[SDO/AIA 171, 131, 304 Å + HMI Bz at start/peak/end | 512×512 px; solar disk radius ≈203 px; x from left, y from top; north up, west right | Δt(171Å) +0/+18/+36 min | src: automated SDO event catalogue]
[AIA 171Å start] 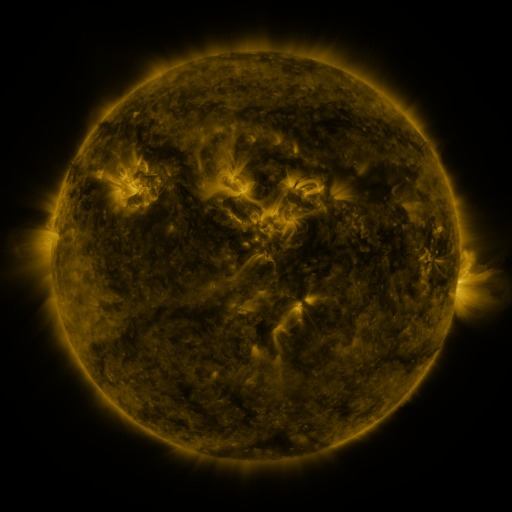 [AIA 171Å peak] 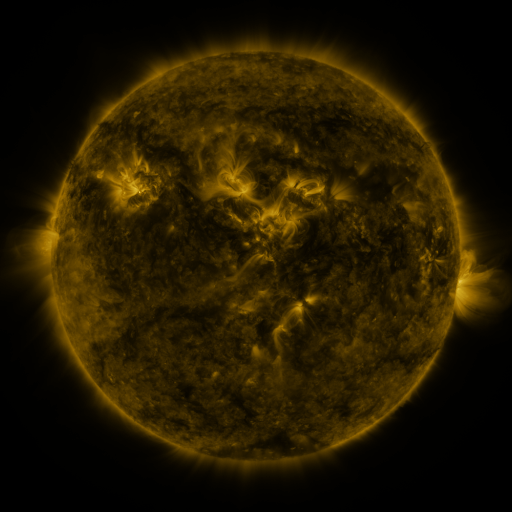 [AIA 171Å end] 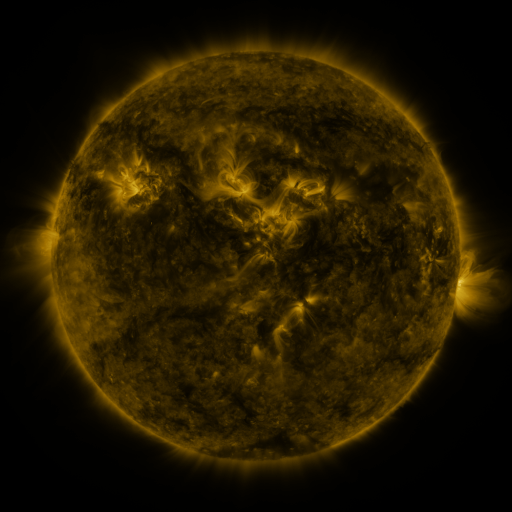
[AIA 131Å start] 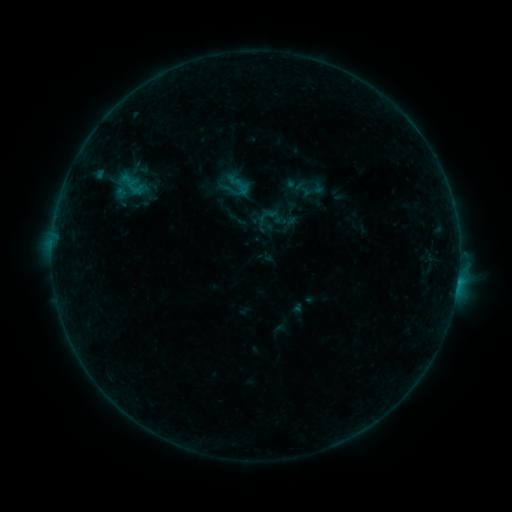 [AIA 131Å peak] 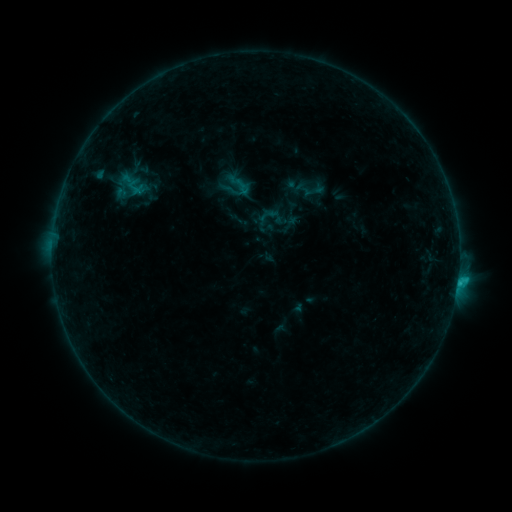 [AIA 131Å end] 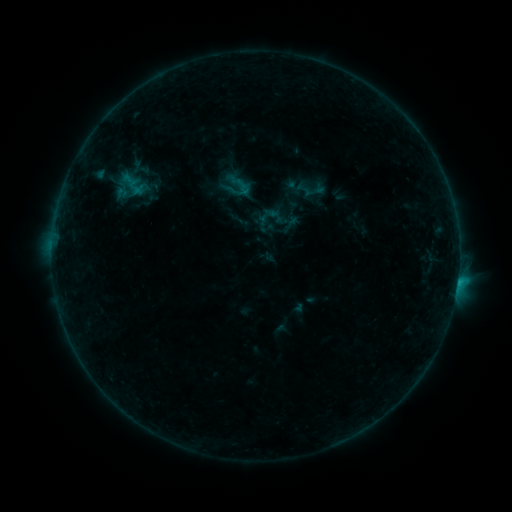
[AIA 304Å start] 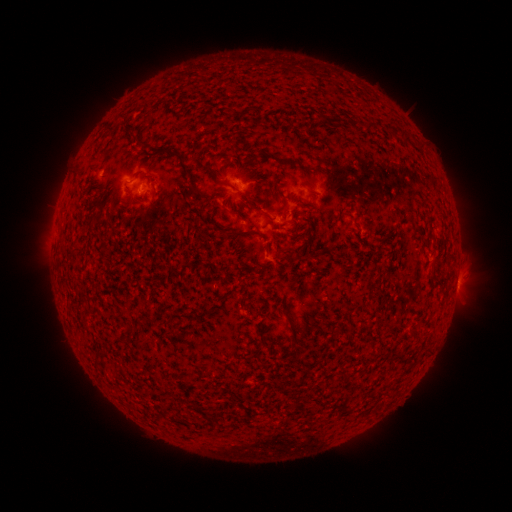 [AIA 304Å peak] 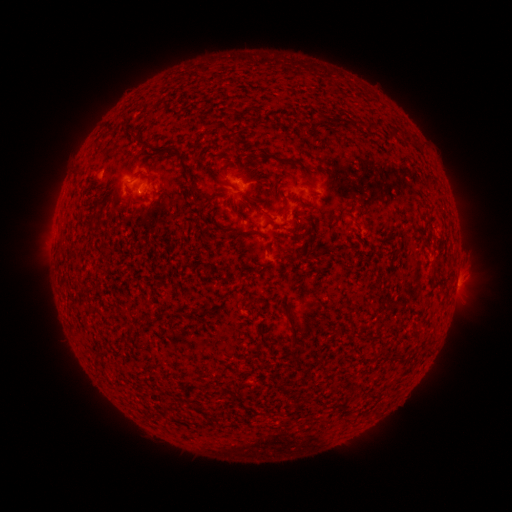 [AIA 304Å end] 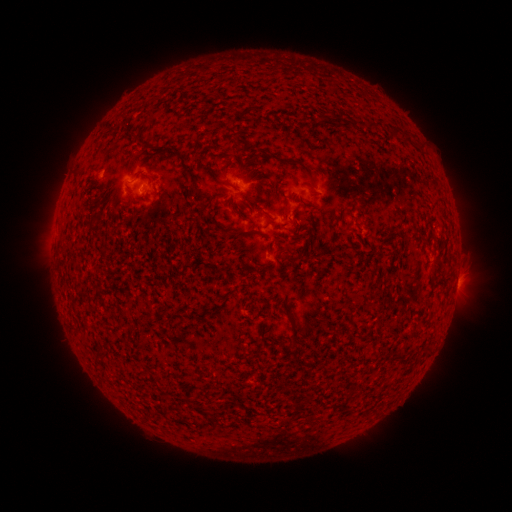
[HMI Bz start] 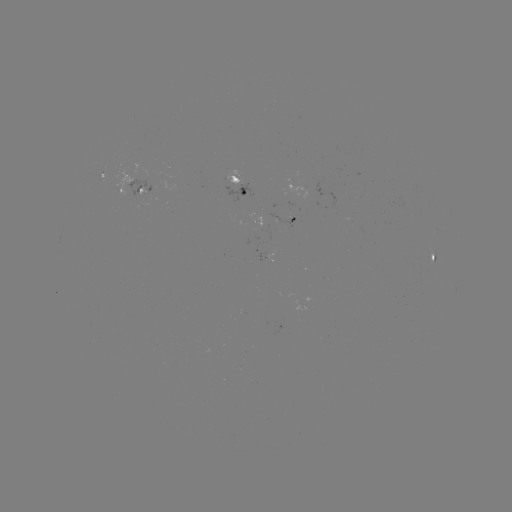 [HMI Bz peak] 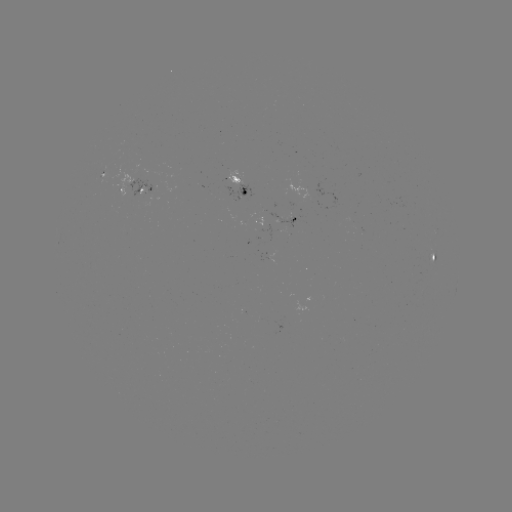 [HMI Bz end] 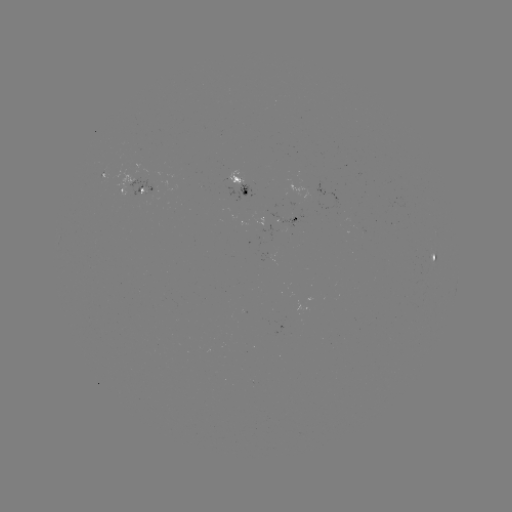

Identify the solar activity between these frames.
B6.9 flare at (457, 280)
